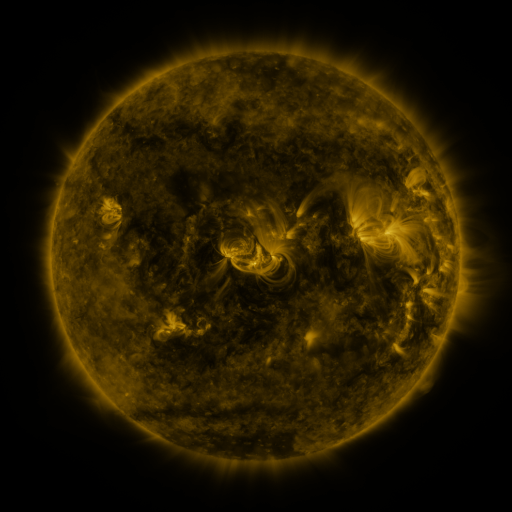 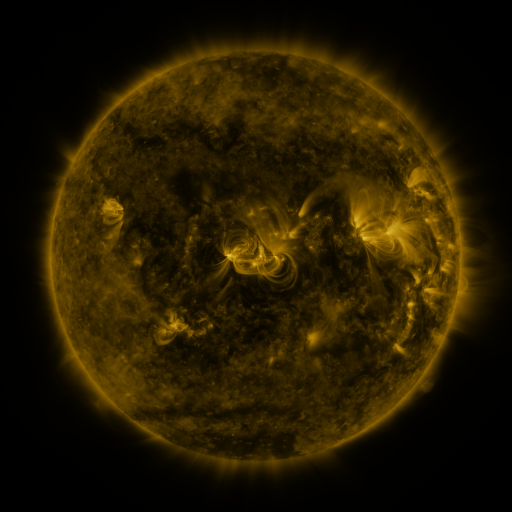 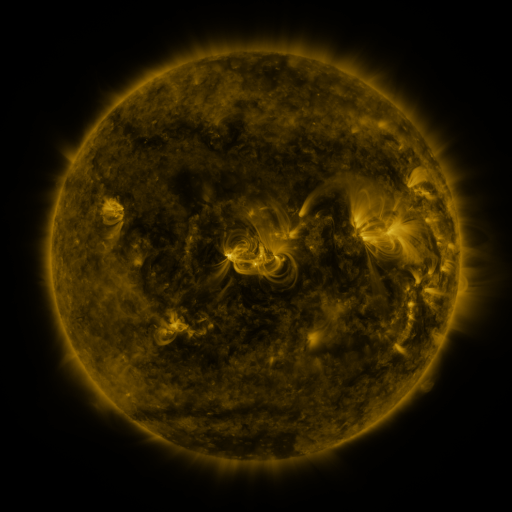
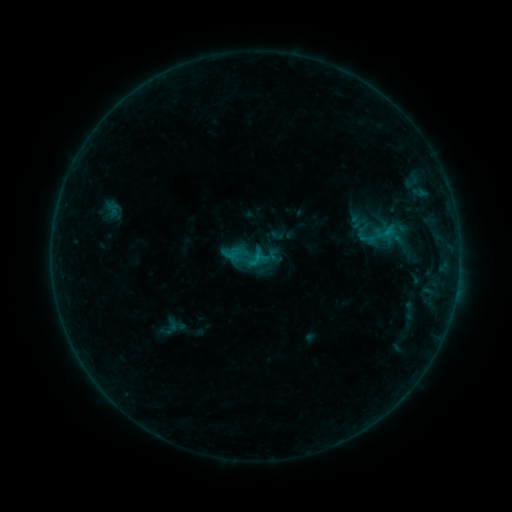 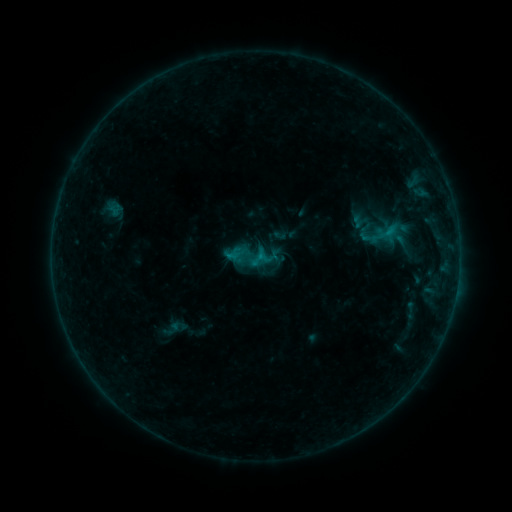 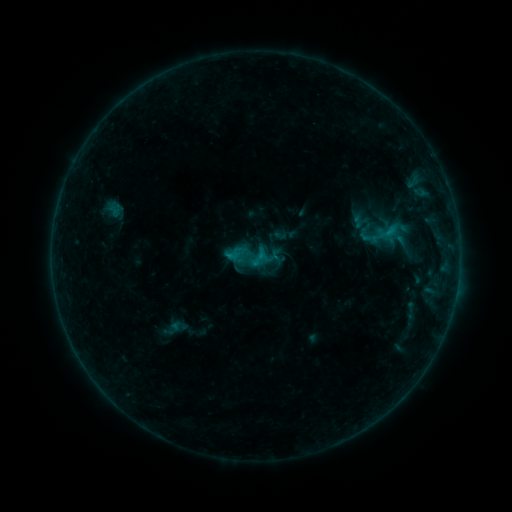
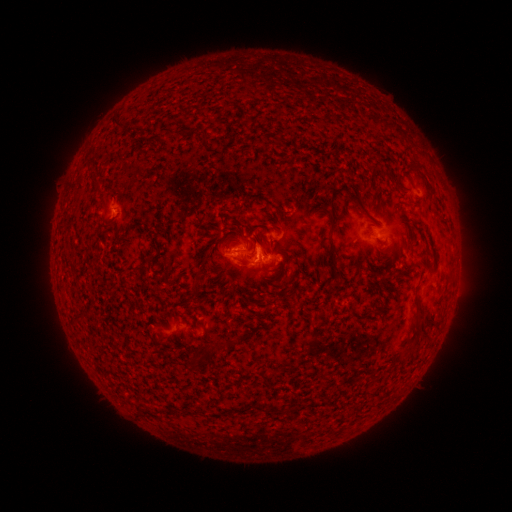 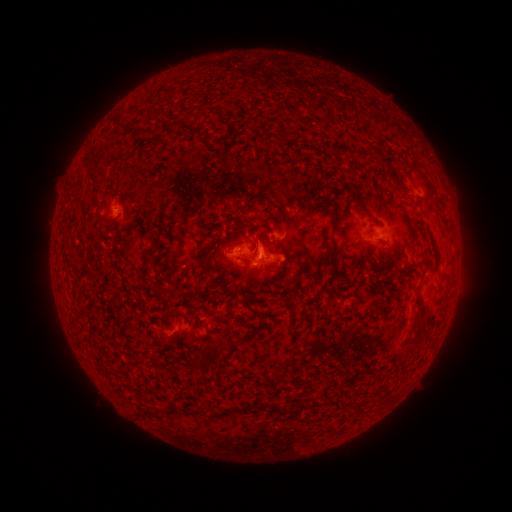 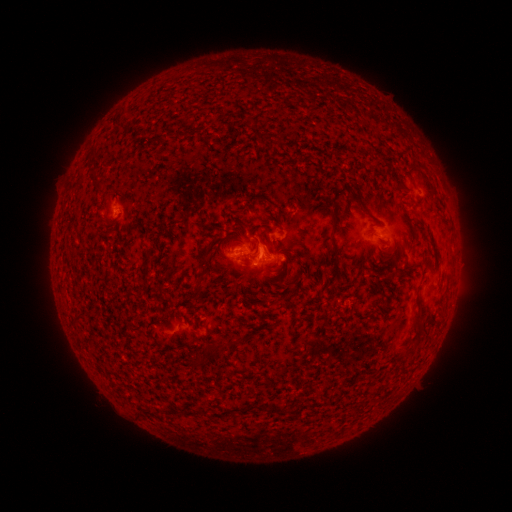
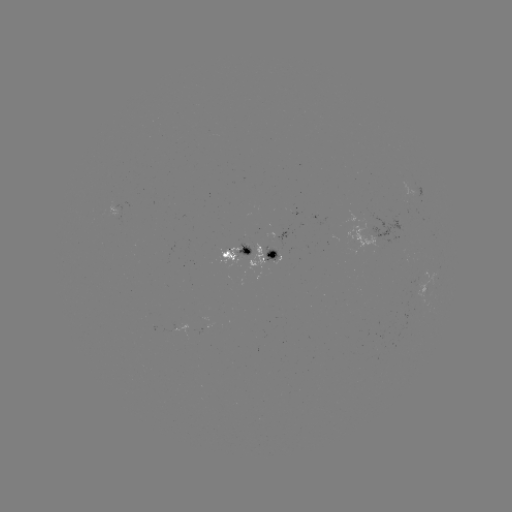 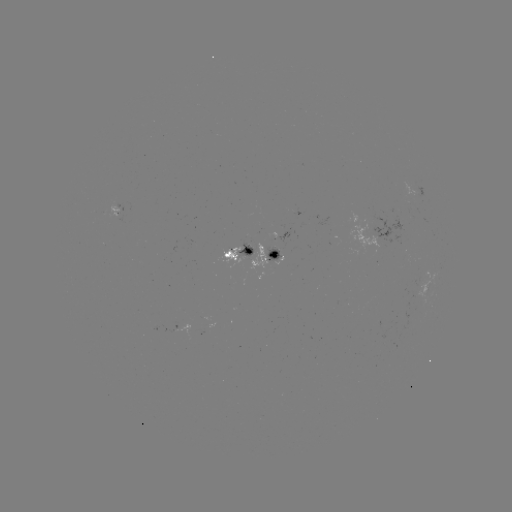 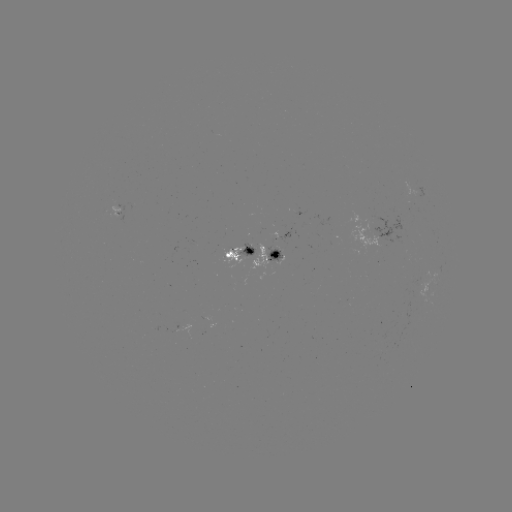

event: emerging-flux region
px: (118, 213)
